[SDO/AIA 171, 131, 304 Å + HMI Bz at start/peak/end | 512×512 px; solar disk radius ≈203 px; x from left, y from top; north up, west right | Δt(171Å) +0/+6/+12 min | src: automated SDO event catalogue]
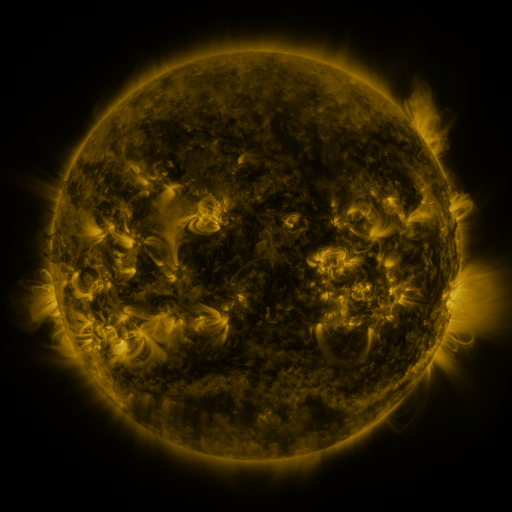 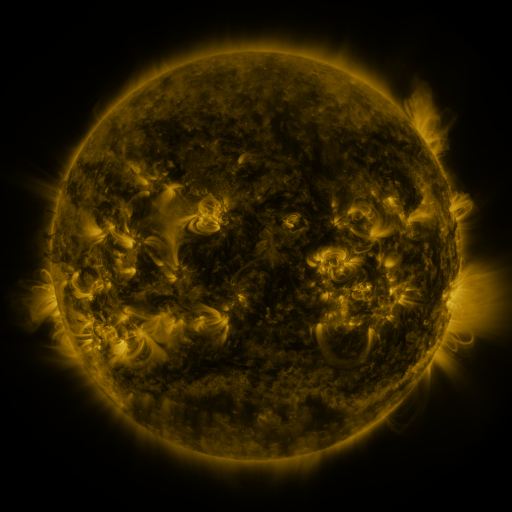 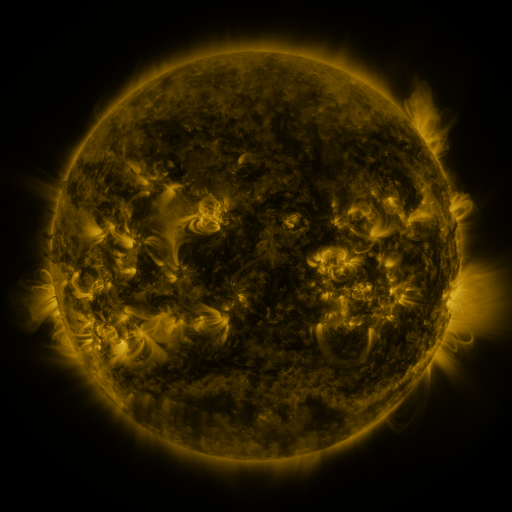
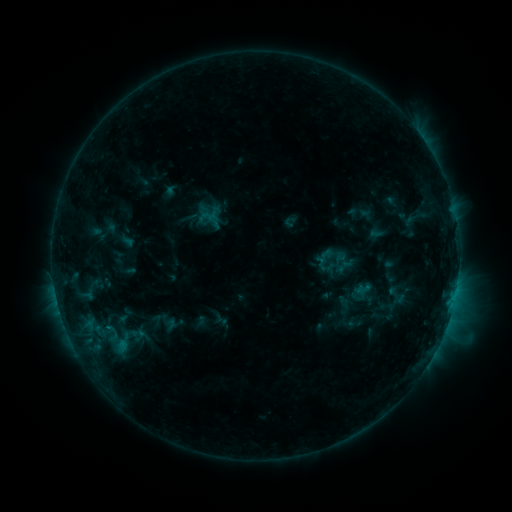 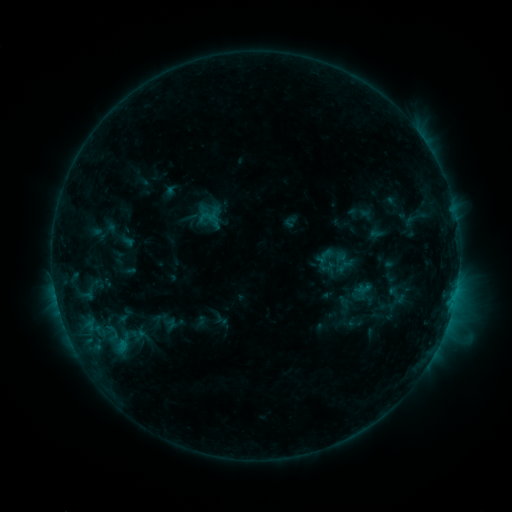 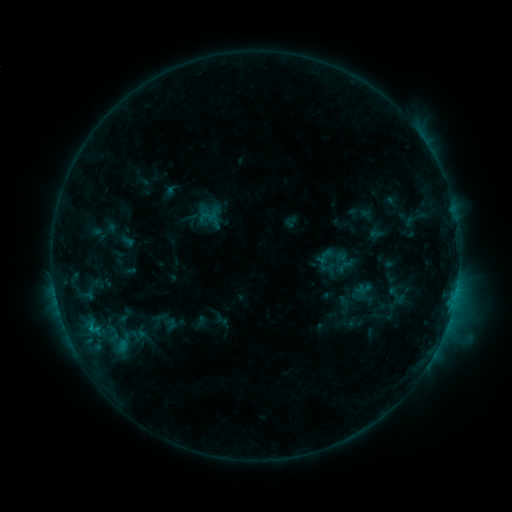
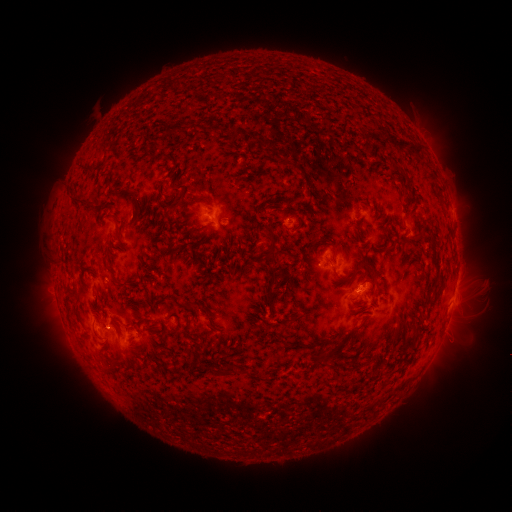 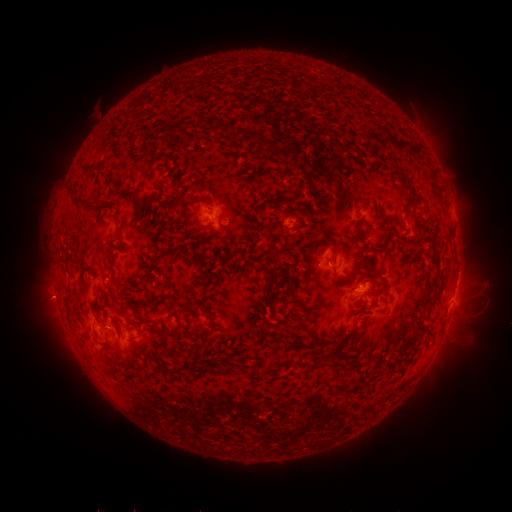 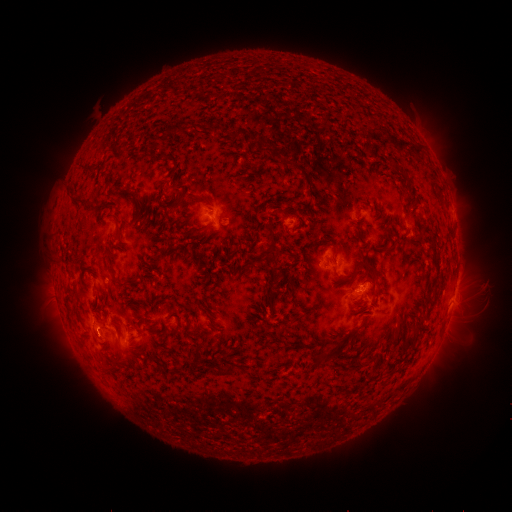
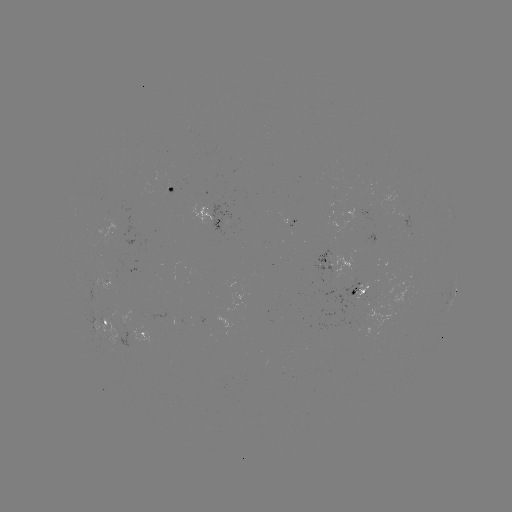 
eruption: [29, 277, 77, 323]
